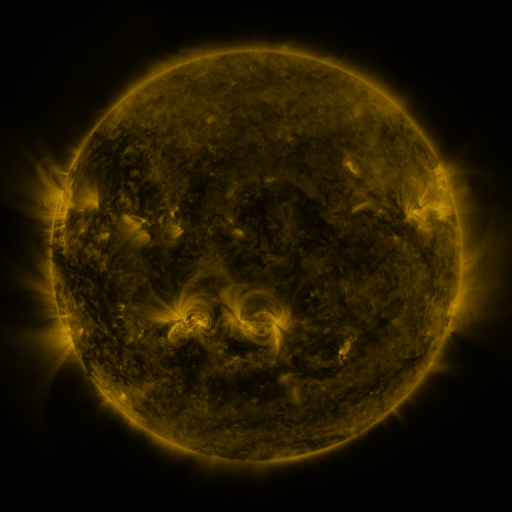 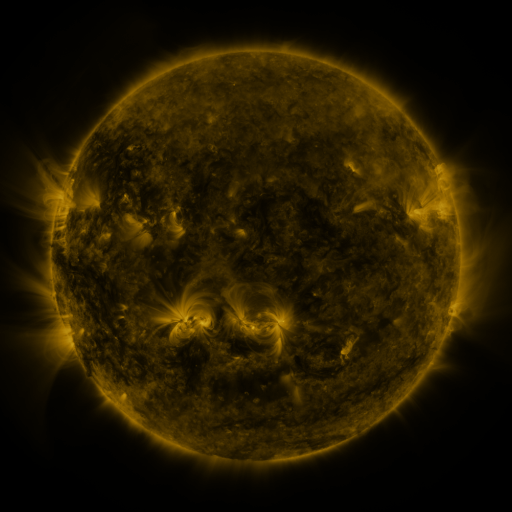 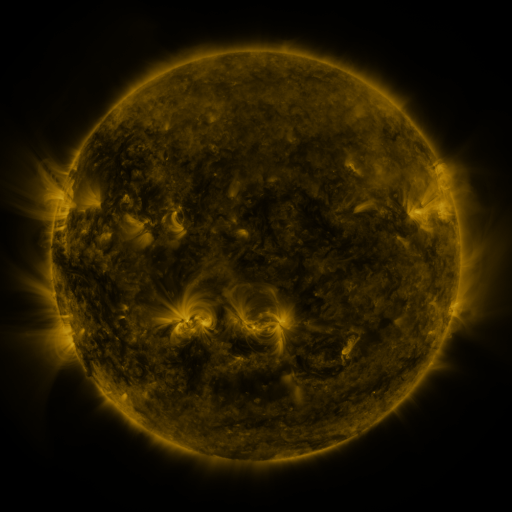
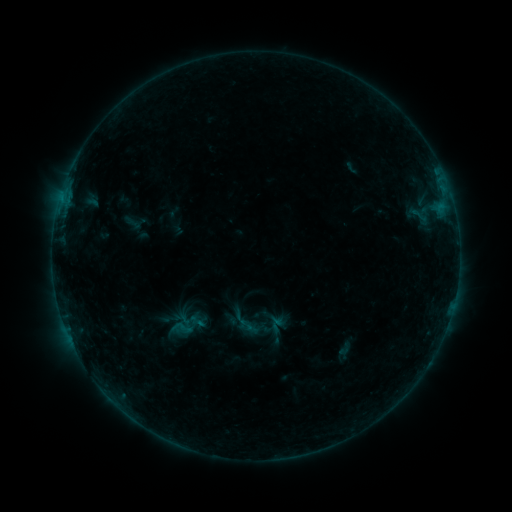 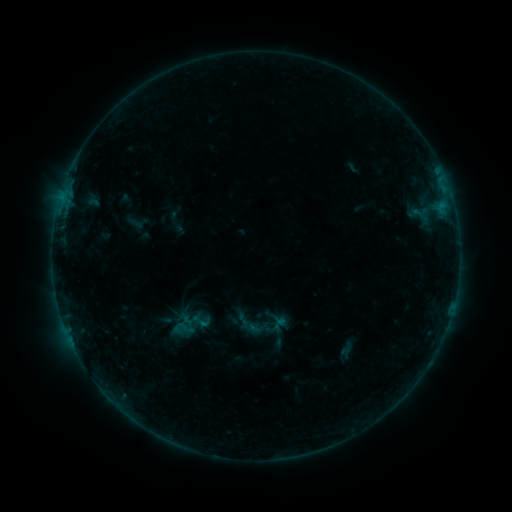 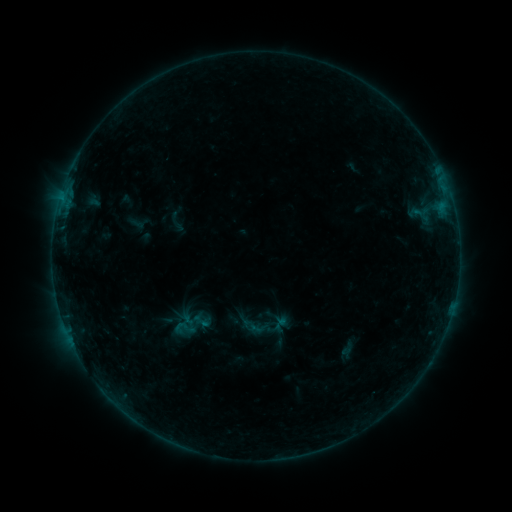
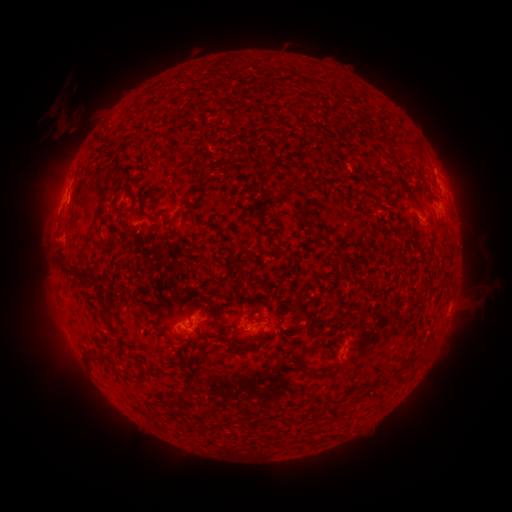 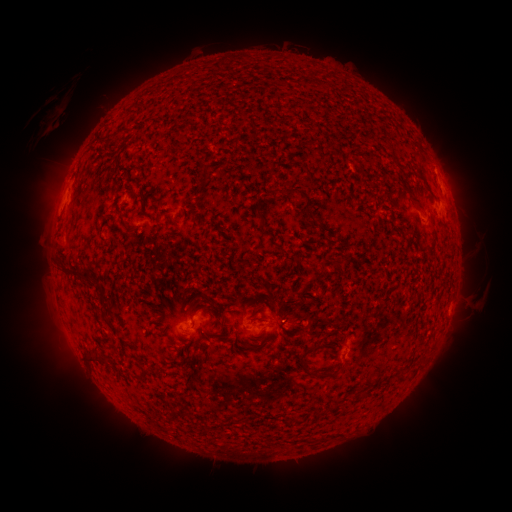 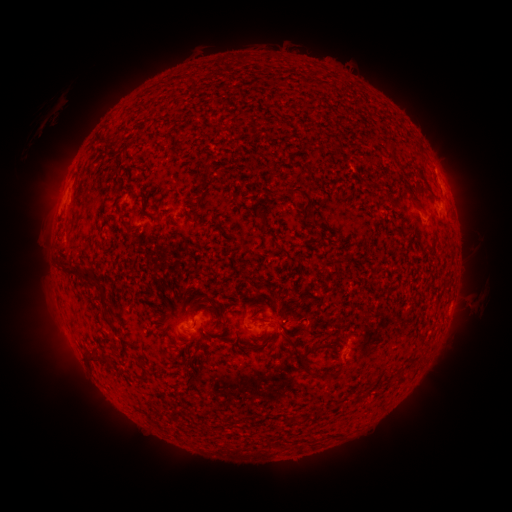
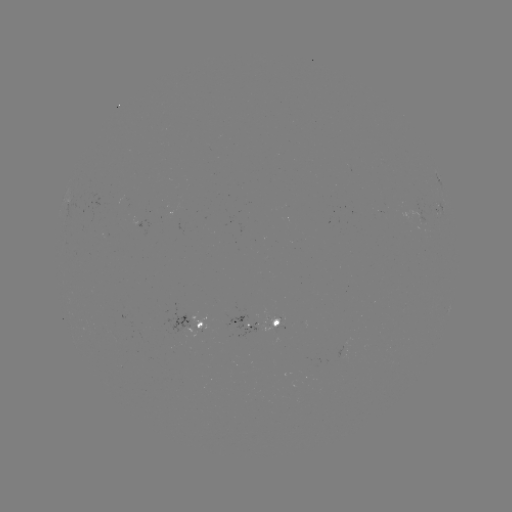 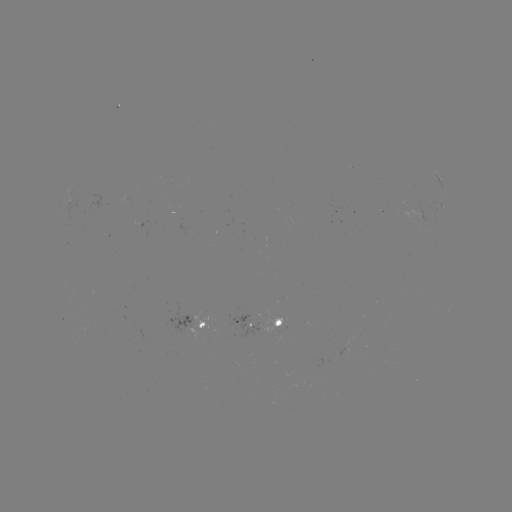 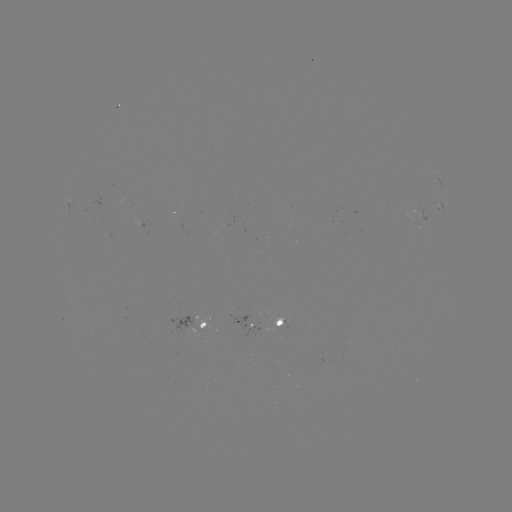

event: emerging-flux region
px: (280, 328)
